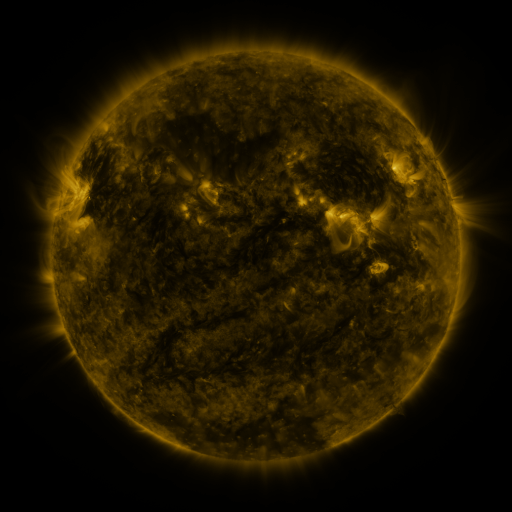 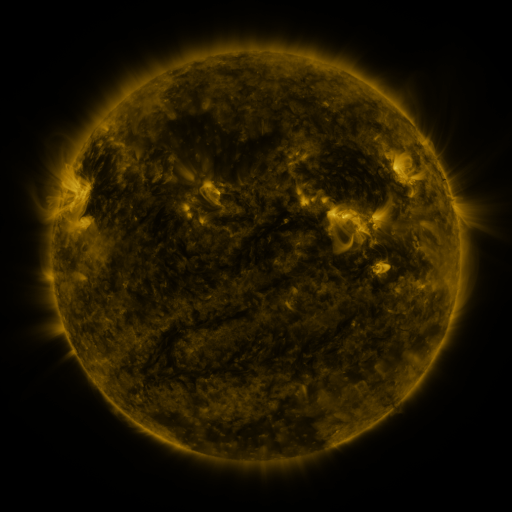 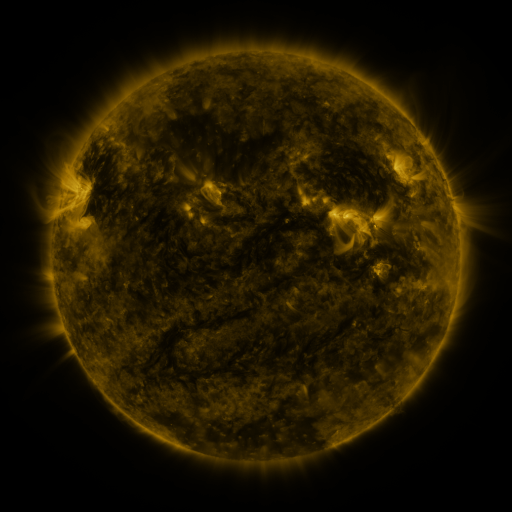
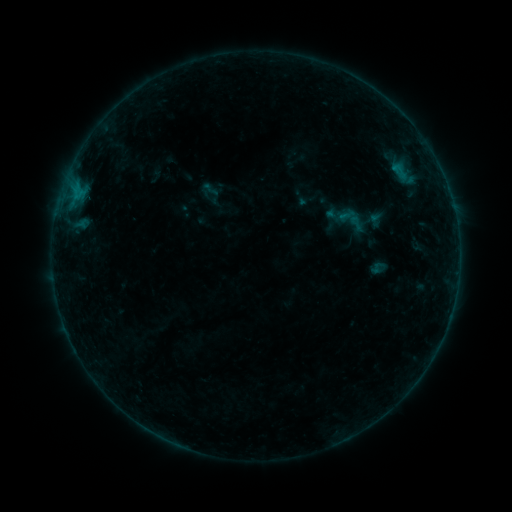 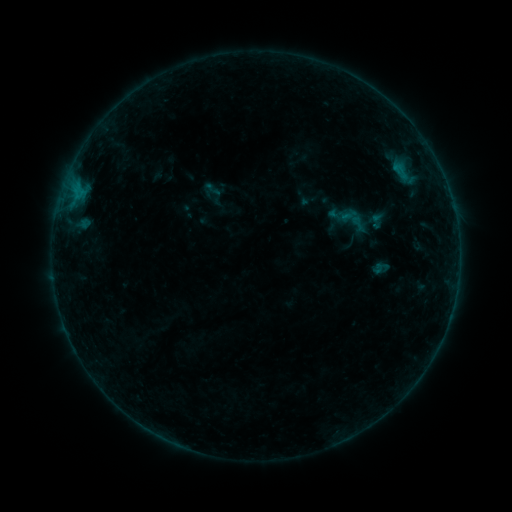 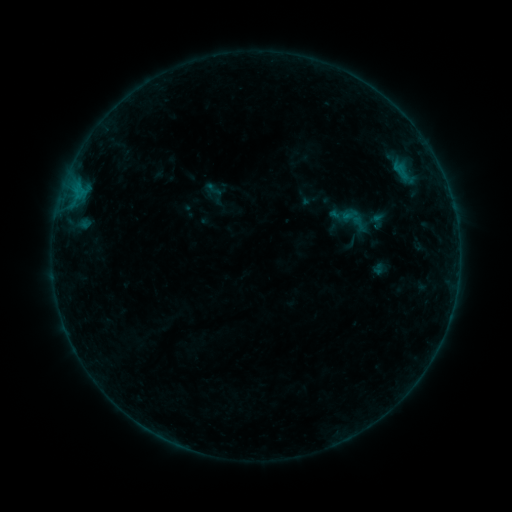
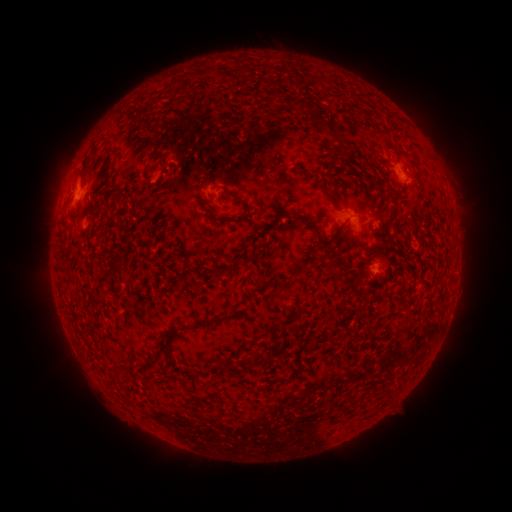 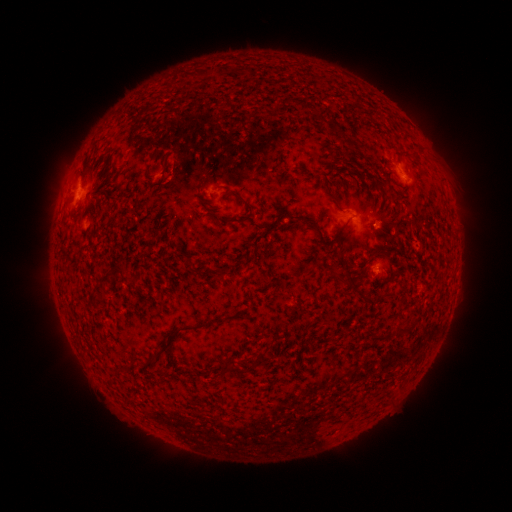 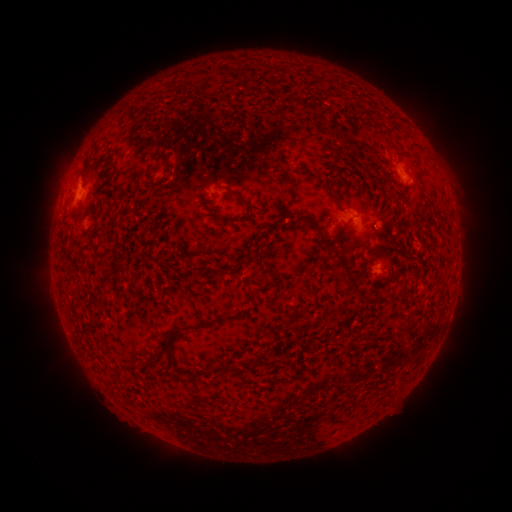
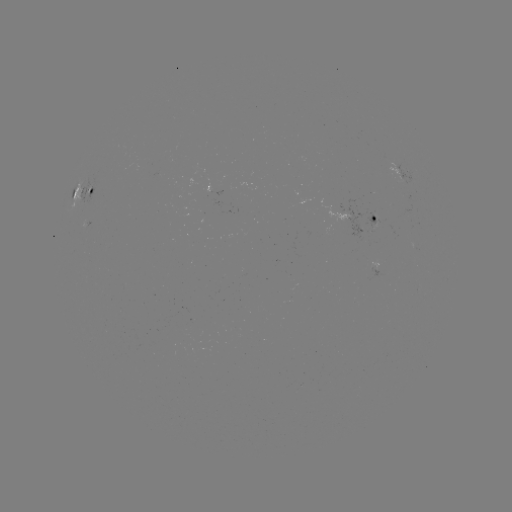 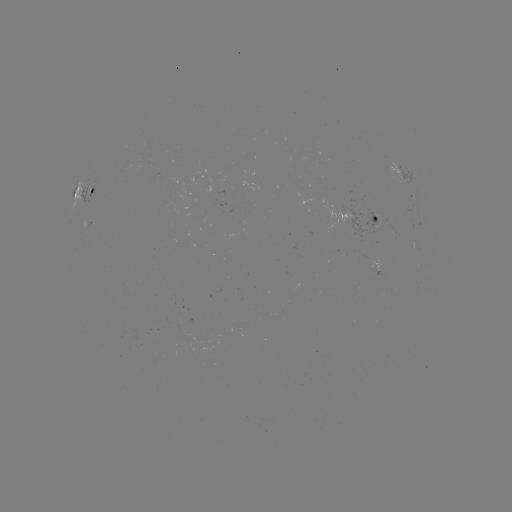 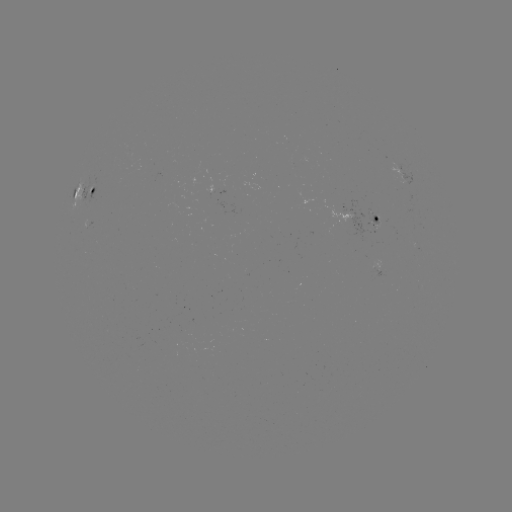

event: emerging-flux region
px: (376, 218)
